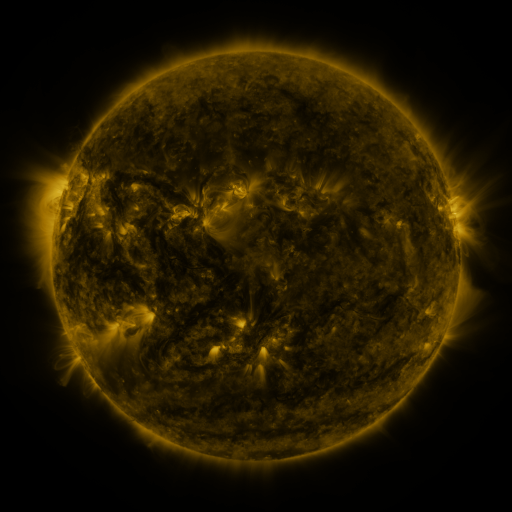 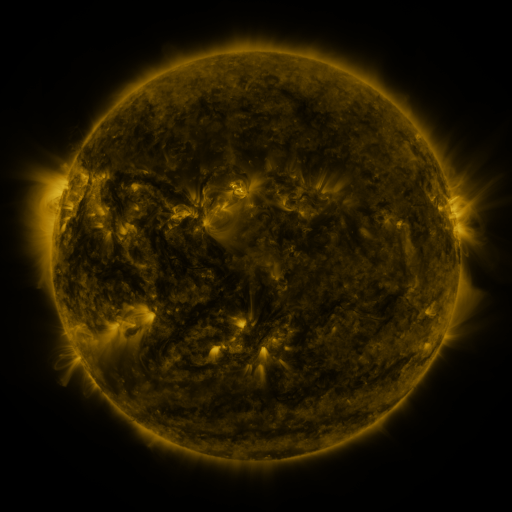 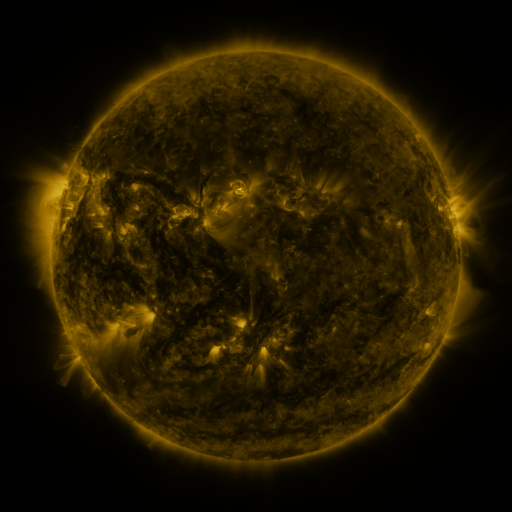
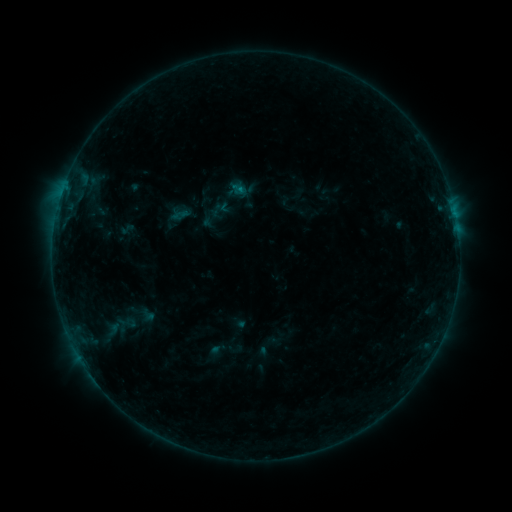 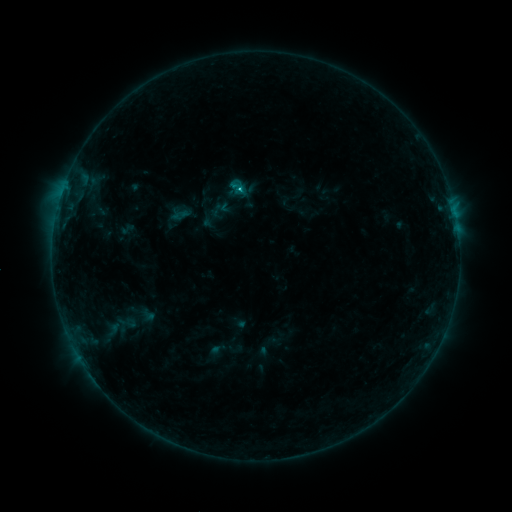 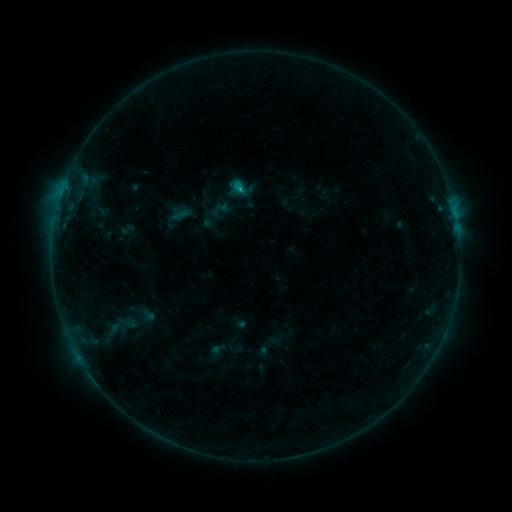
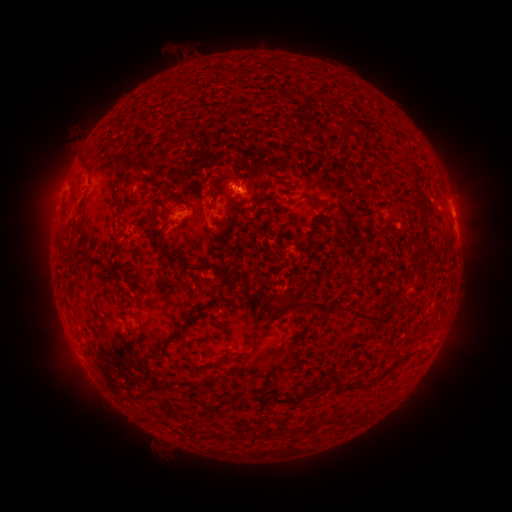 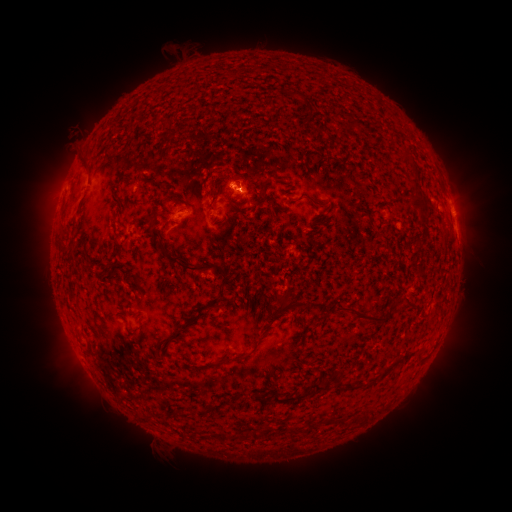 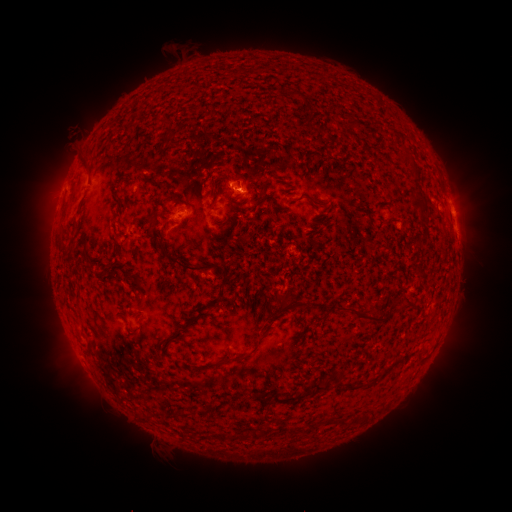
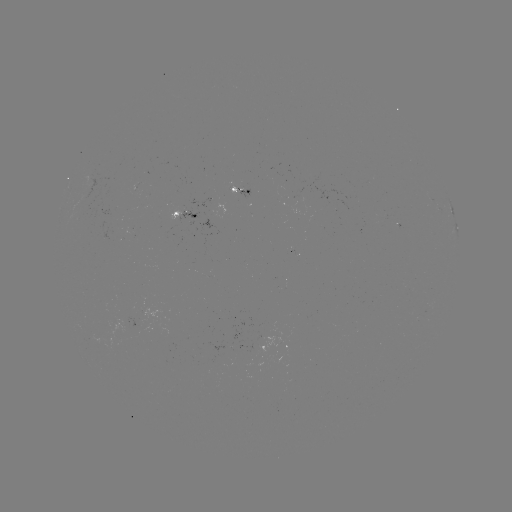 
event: flare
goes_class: B7.4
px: (239, 191)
